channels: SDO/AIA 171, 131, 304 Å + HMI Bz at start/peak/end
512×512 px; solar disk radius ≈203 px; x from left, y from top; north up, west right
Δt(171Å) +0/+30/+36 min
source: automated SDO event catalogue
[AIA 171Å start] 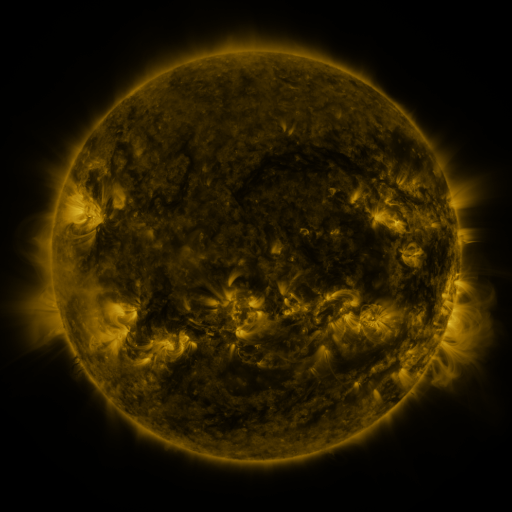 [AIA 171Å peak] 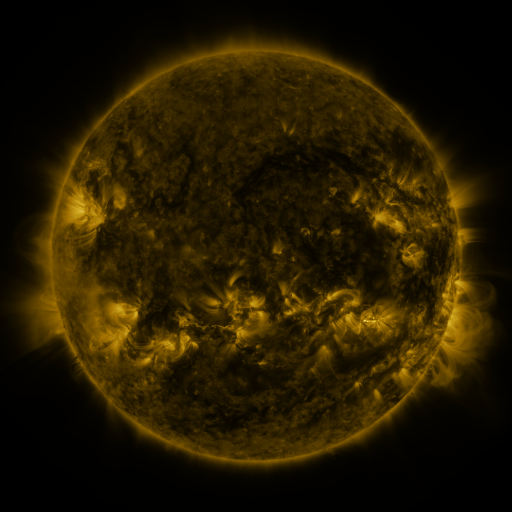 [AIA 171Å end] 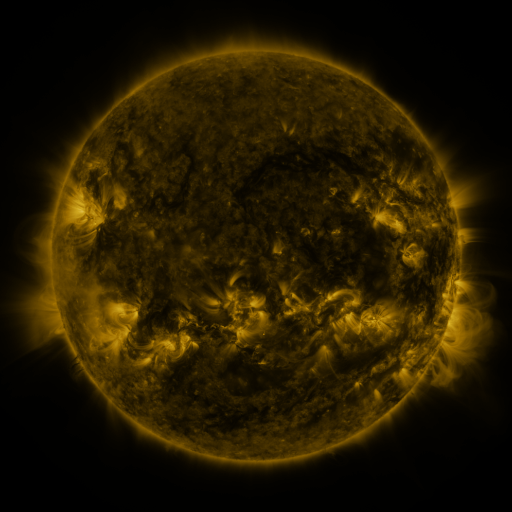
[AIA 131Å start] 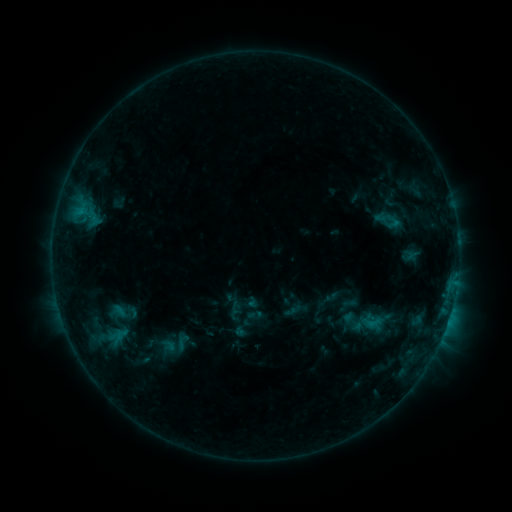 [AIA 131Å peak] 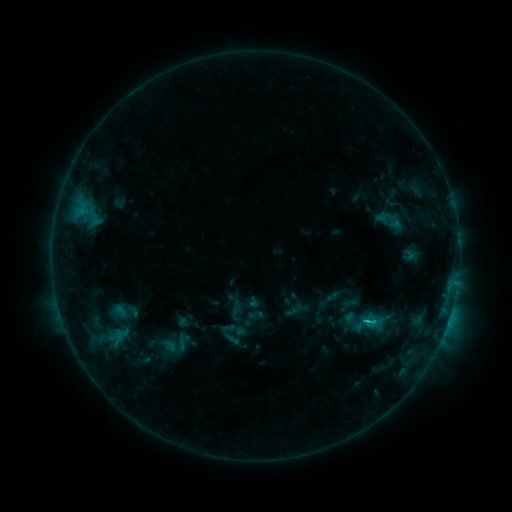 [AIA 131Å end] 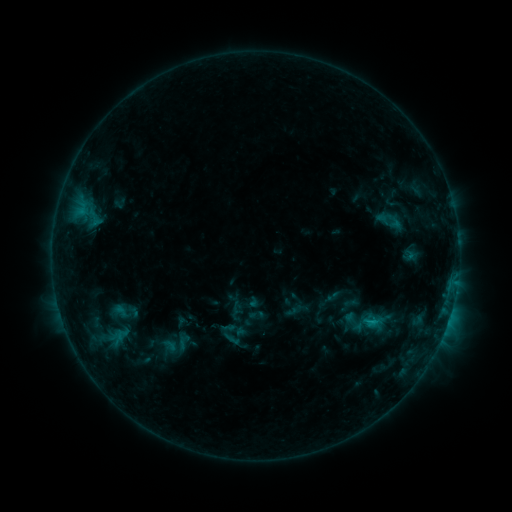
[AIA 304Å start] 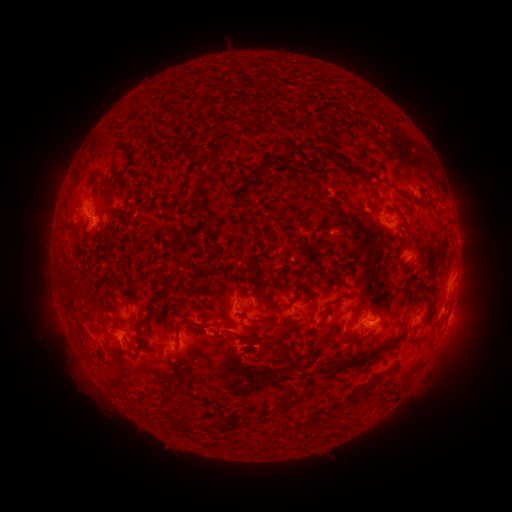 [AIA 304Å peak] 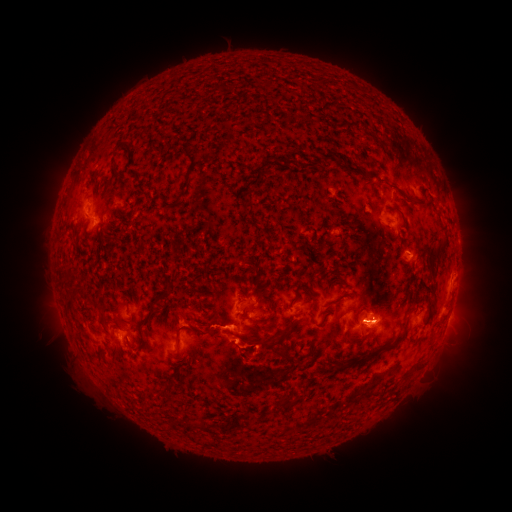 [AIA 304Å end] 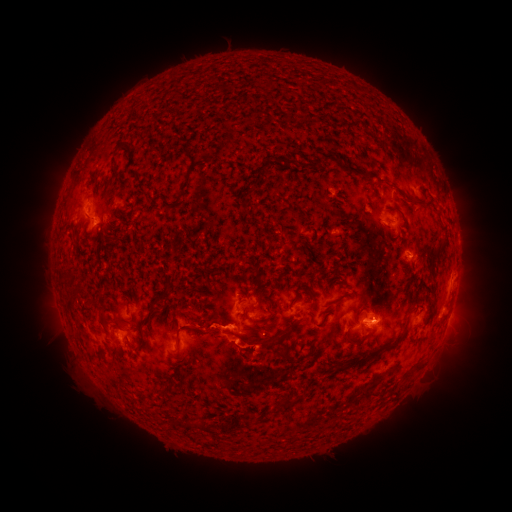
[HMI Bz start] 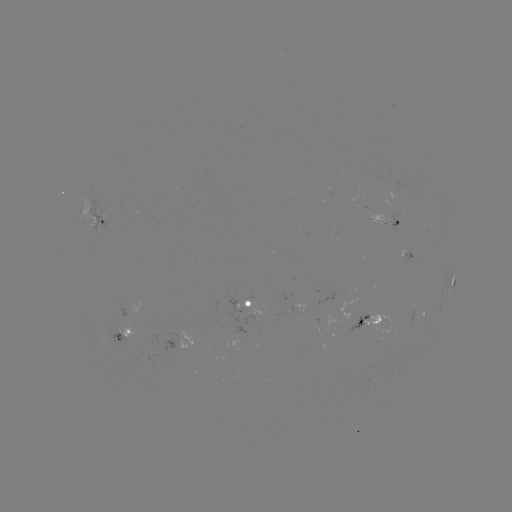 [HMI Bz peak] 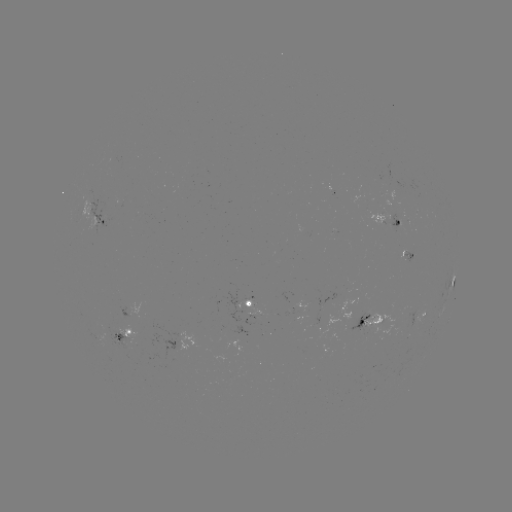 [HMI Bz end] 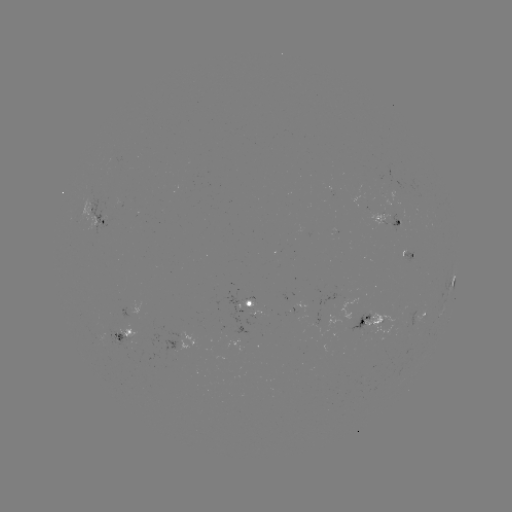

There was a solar flare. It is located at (367, 321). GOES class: C1.3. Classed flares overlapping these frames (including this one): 1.